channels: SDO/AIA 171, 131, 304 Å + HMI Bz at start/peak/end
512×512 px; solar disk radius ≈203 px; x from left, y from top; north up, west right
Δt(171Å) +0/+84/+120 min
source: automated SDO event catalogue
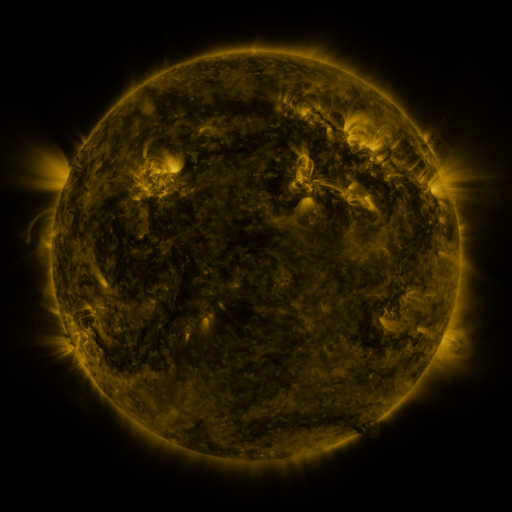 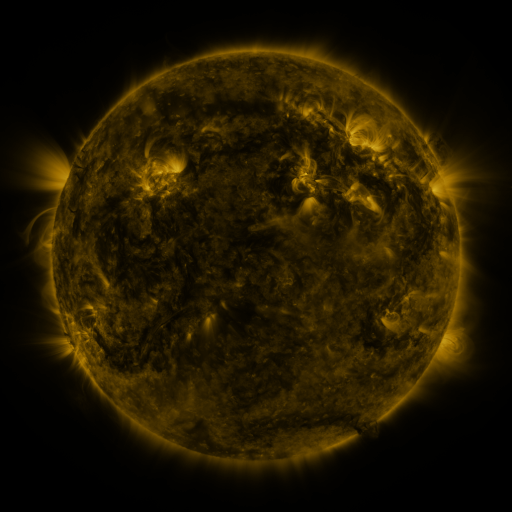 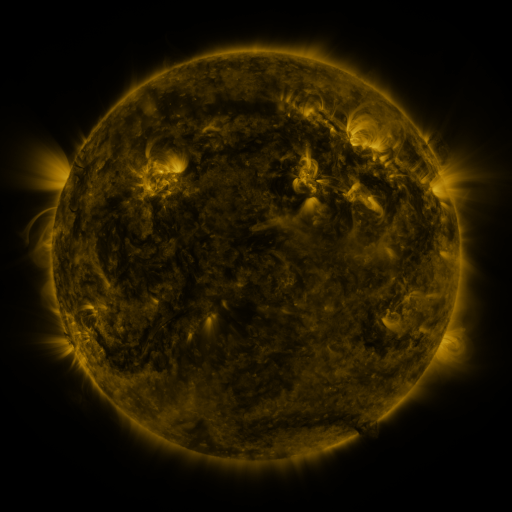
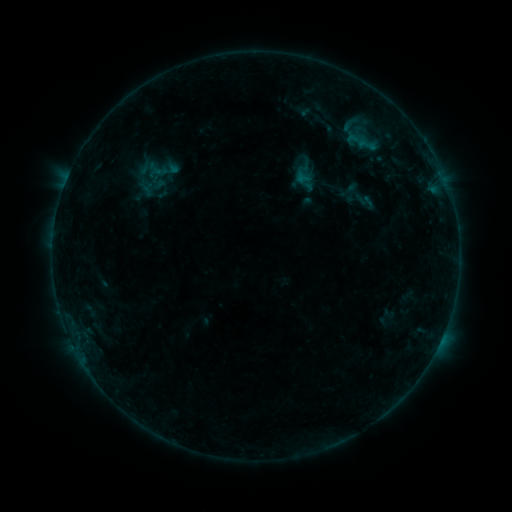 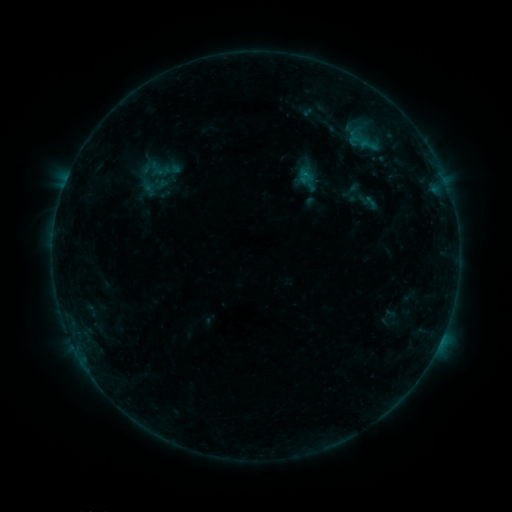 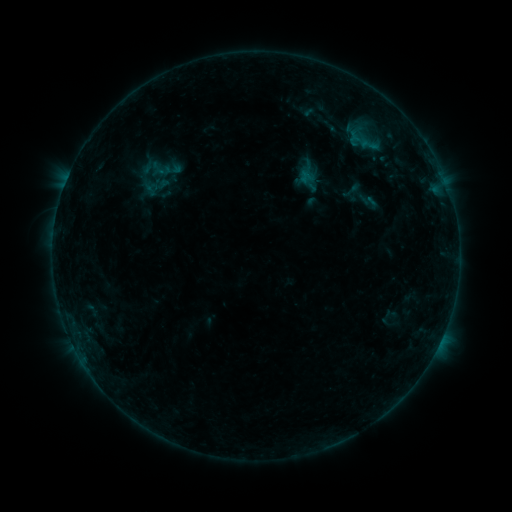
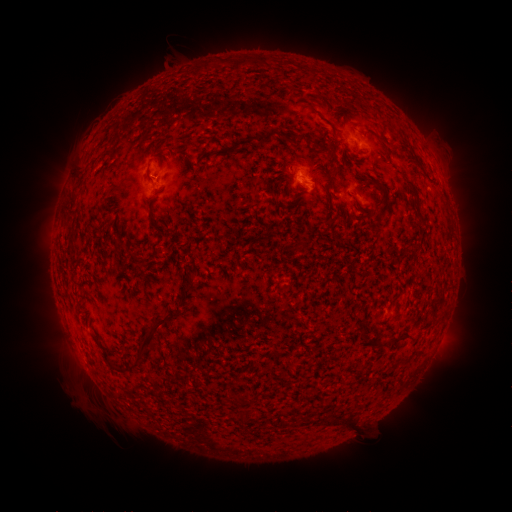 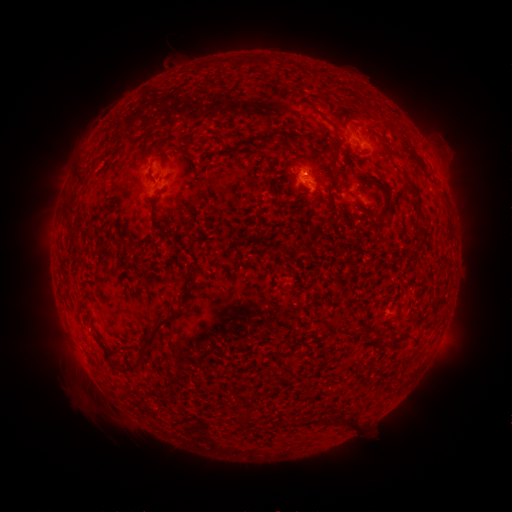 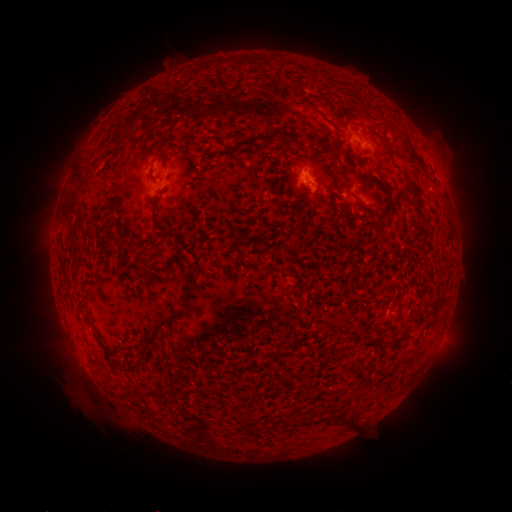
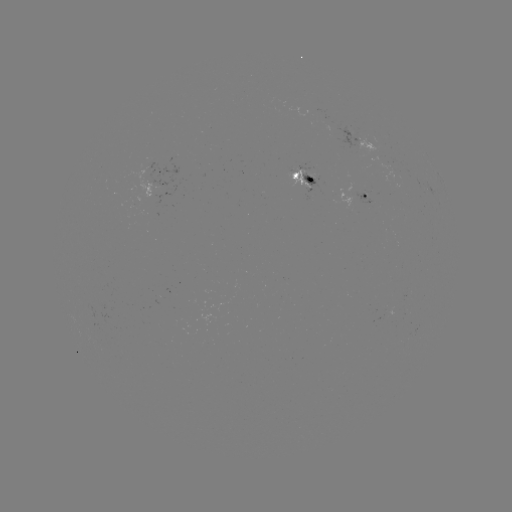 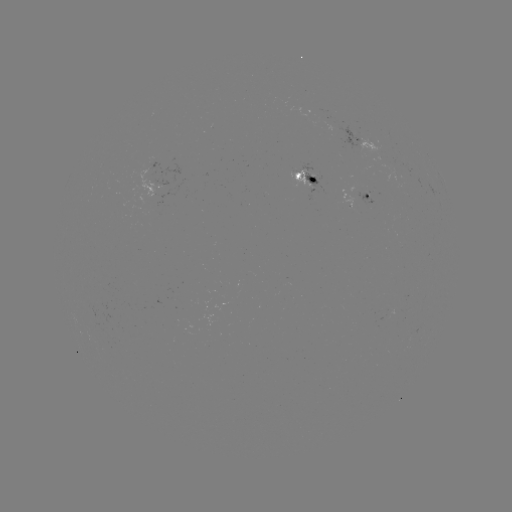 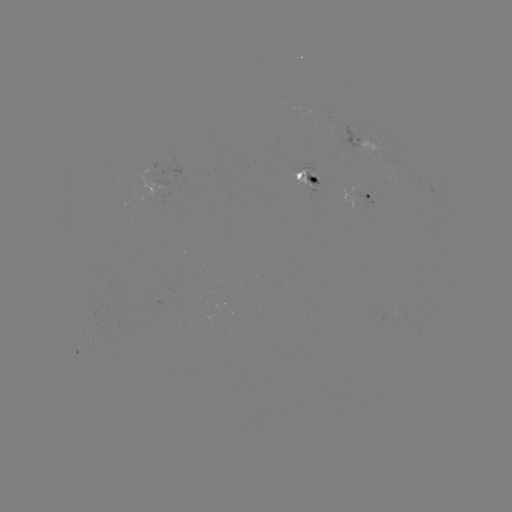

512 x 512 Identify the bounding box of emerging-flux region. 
[308, 172, 321, 182].